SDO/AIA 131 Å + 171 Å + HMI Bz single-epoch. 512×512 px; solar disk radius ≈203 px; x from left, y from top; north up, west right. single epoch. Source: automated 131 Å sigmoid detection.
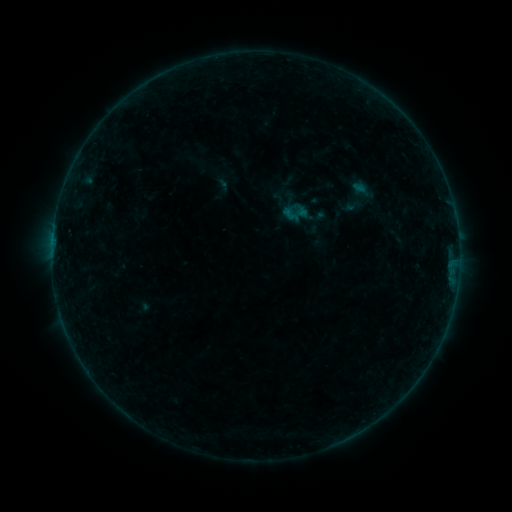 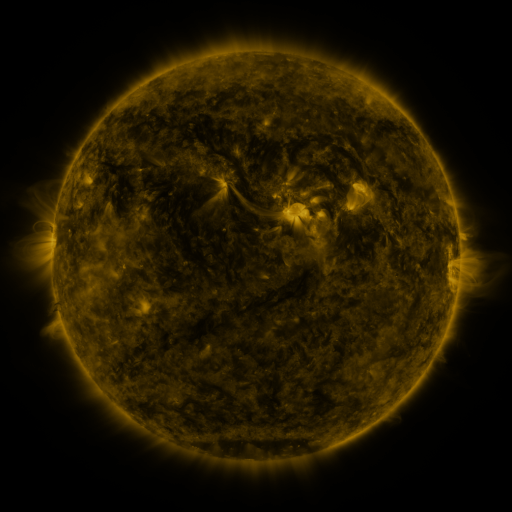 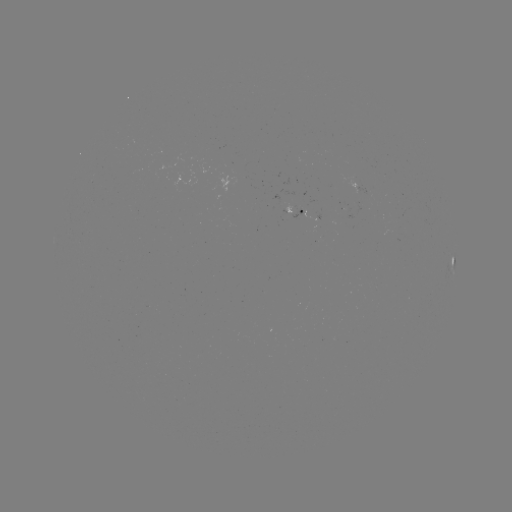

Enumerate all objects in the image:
sigmoid: (342, 196, 362, 215)
